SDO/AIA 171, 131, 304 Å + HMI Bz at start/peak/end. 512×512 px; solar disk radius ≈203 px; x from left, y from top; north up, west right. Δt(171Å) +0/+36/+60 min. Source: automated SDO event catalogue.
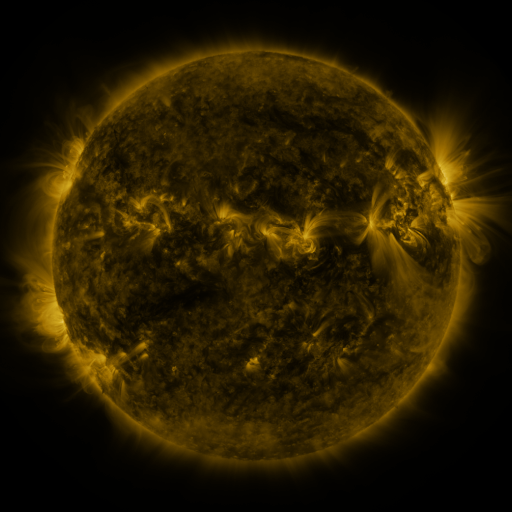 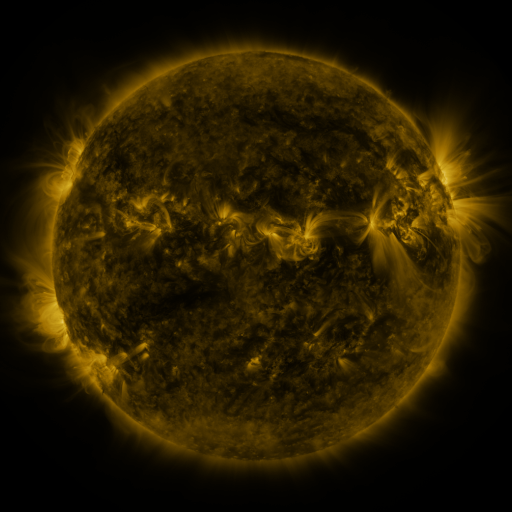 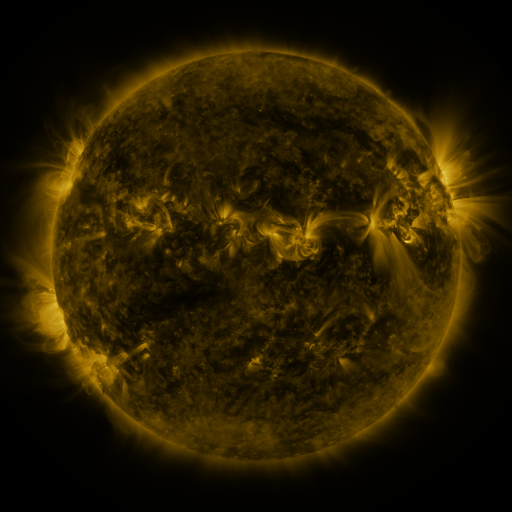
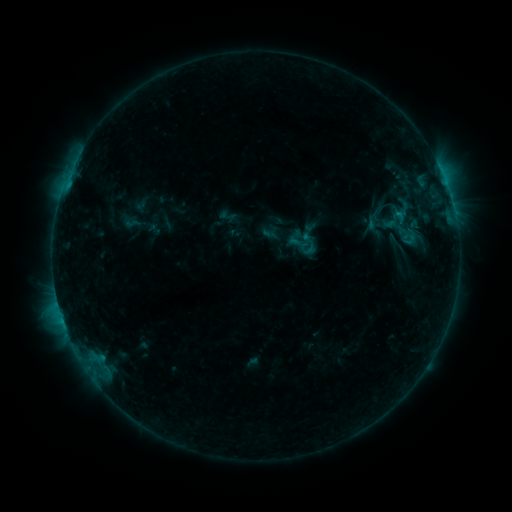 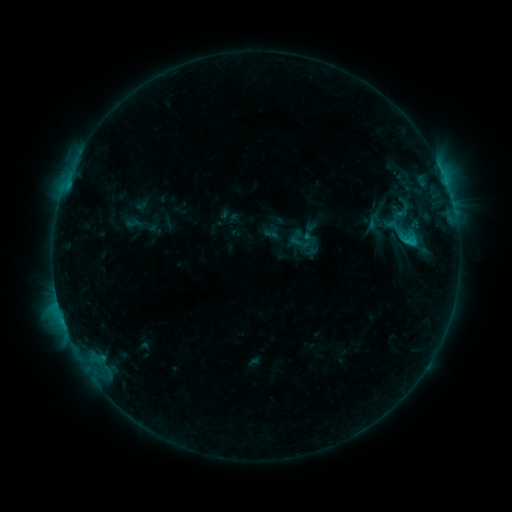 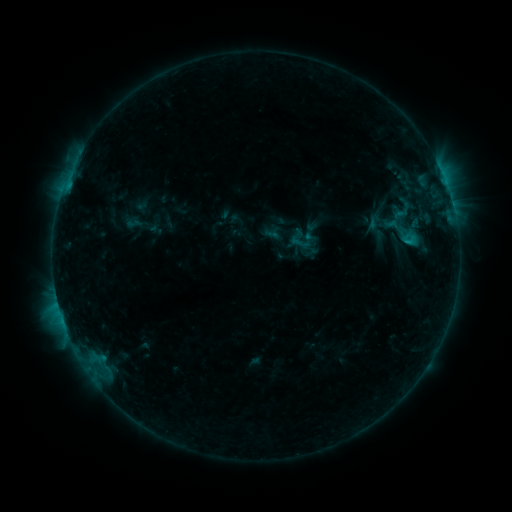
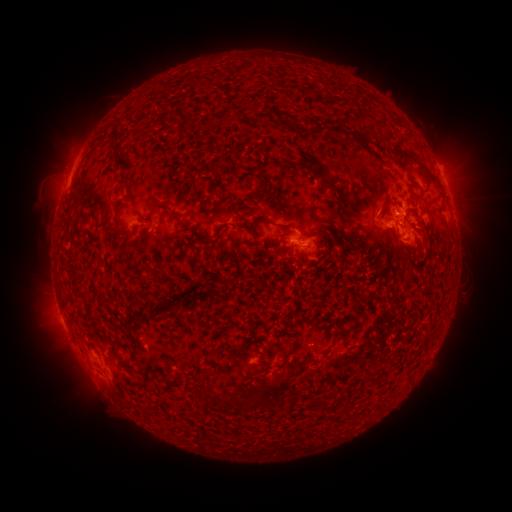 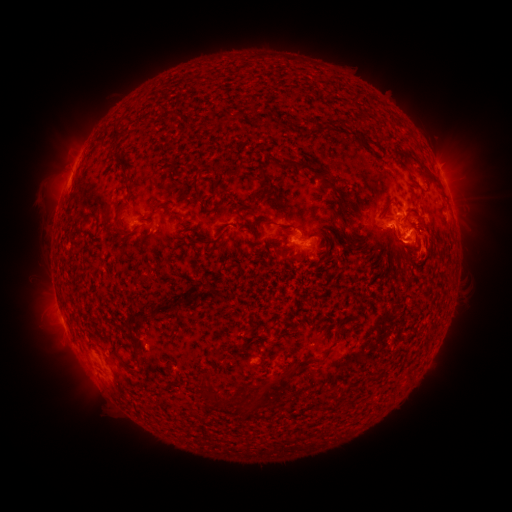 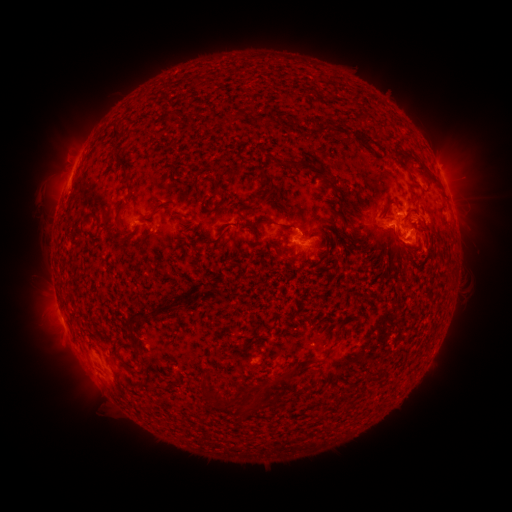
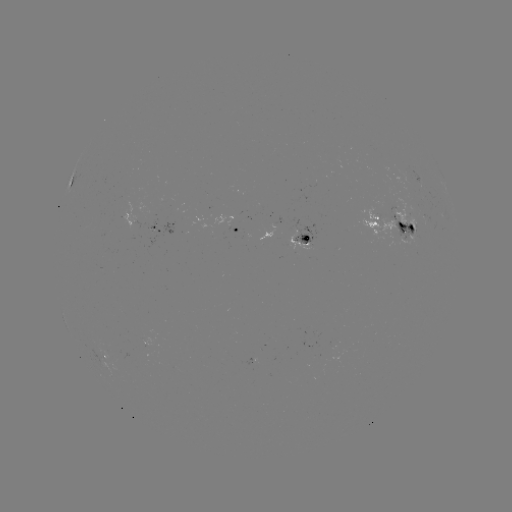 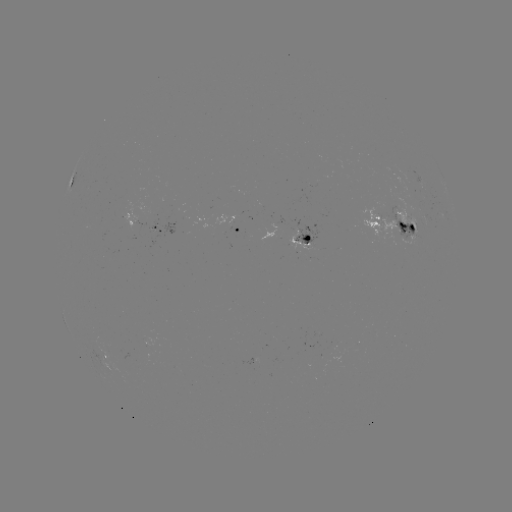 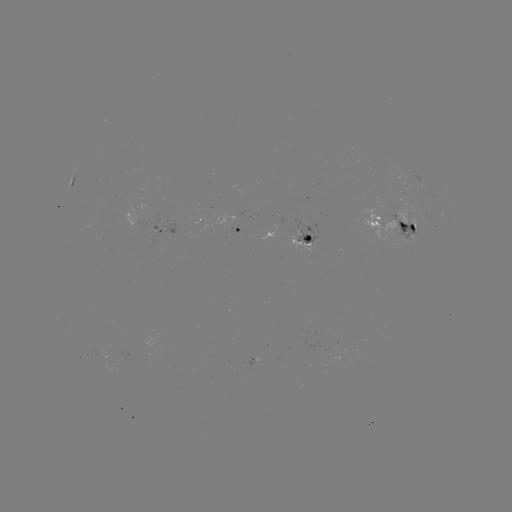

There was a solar flare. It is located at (410, 242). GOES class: C1.5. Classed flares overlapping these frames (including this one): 2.